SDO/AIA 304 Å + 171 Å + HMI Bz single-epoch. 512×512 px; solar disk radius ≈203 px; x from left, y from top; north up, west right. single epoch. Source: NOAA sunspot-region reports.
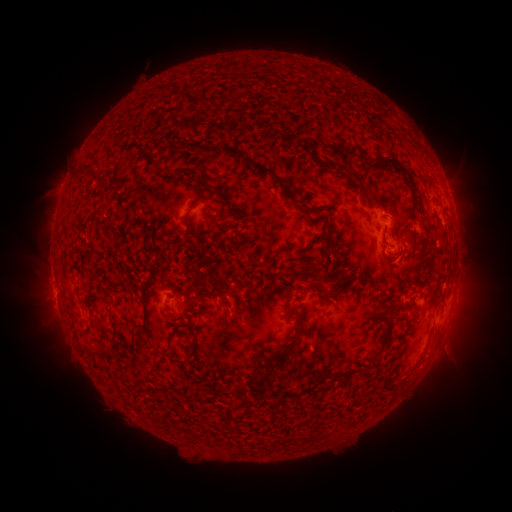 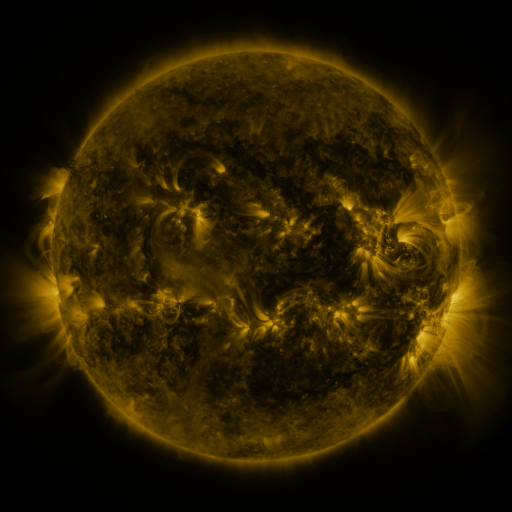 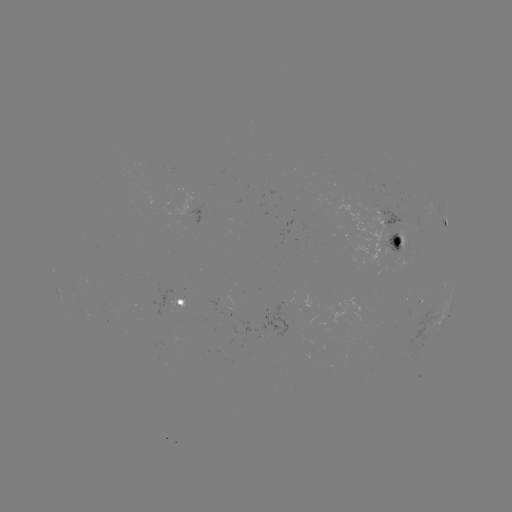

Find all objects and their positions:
spotted active region: (444, 215)
spotted active region: (399, 236)
spotted active region: (178, 304)
spotted active region: (447, 313)
spotted active region: (440, 320)
